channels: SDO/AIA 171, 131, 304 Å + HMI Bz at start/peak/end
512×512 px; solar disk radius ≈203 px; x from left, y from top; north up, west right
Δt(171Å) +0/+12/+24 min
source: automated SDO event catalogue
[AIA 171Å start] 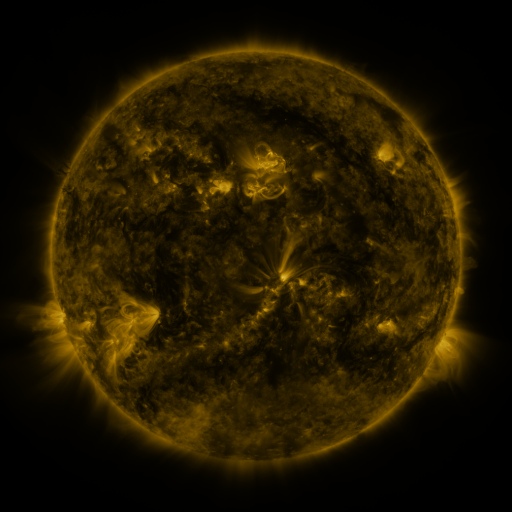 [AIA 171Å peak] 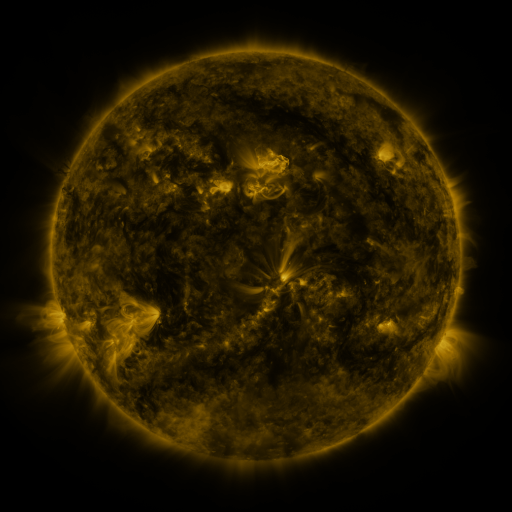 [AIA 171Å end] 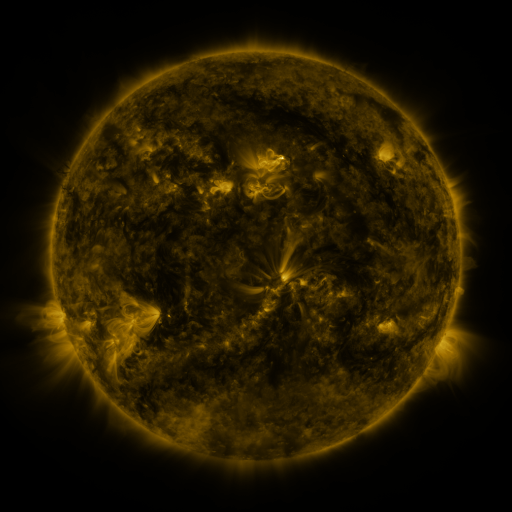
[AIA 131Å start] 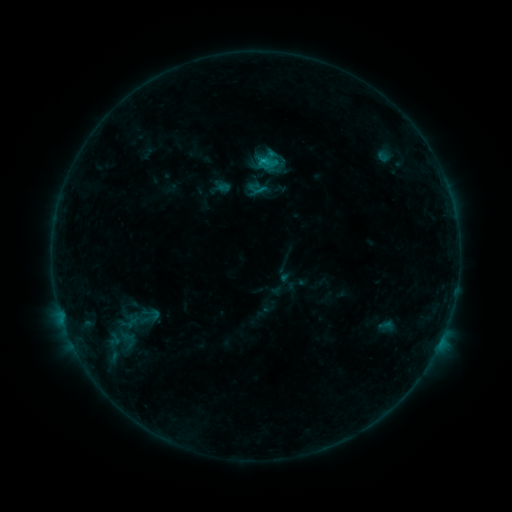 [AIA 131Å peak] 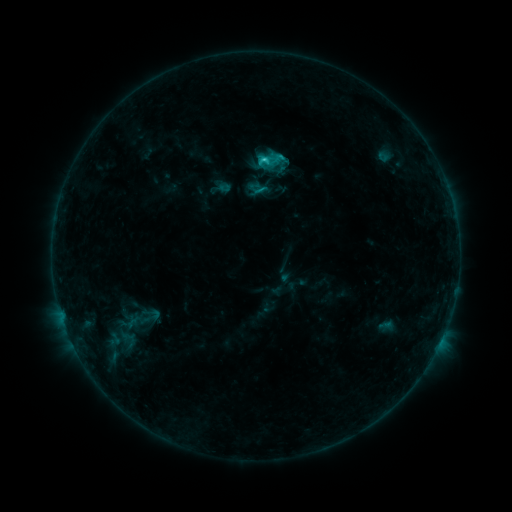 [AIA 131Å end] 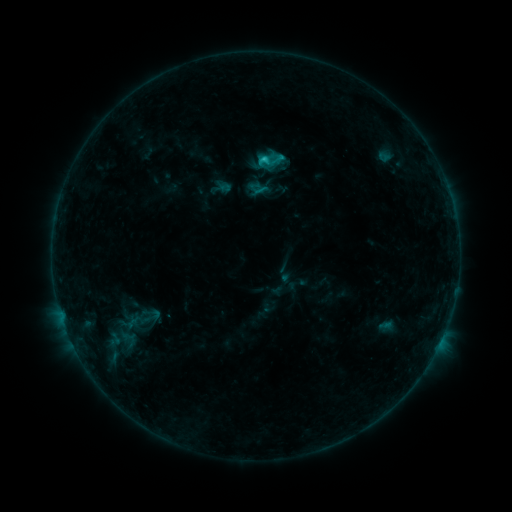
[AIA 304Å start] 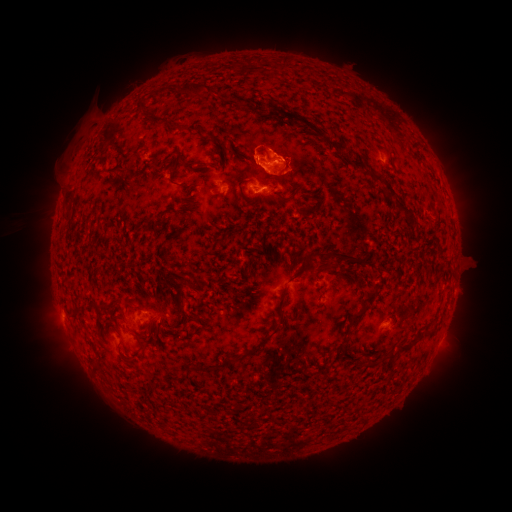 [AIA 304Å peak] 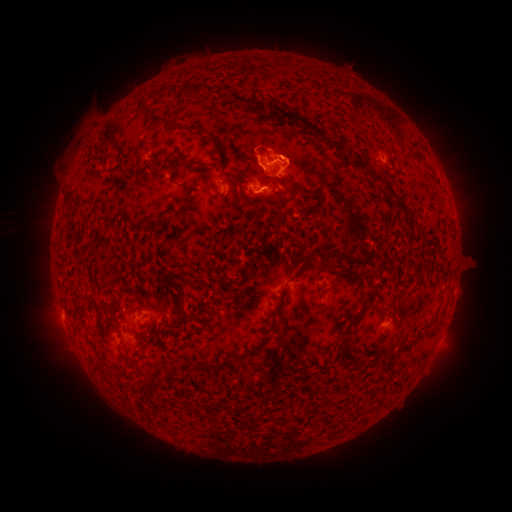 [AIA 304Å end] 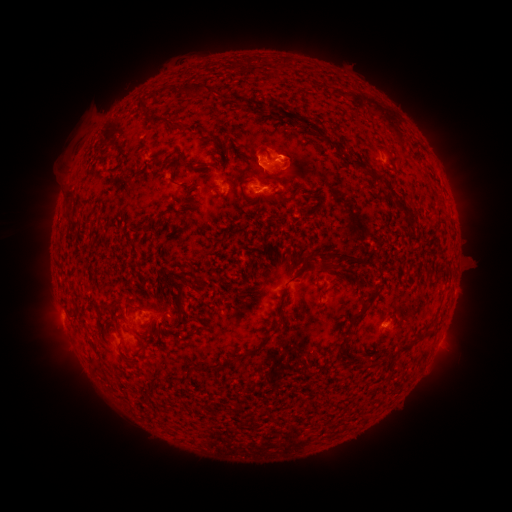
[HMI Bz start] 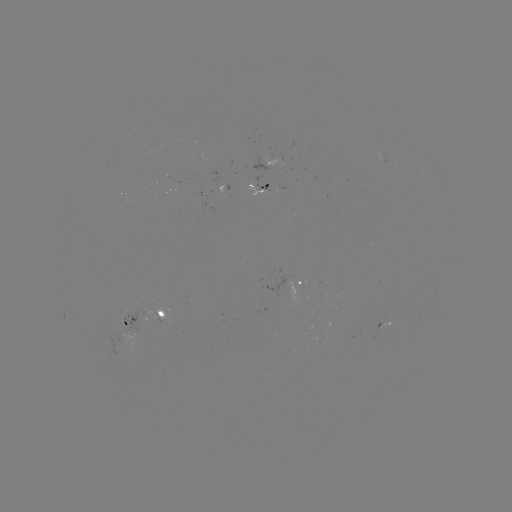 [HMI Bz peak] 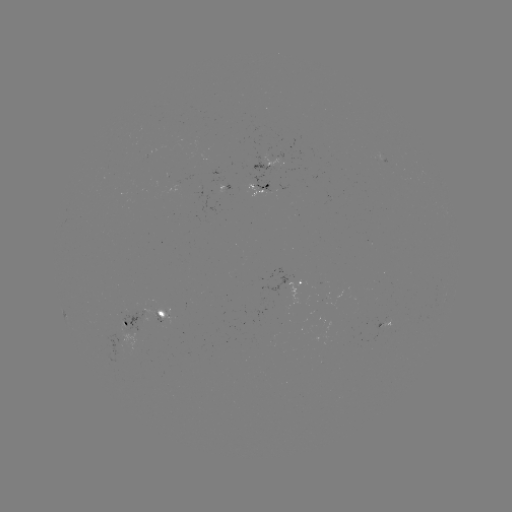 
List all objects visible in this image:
C1.7 flare: (262, 160)
